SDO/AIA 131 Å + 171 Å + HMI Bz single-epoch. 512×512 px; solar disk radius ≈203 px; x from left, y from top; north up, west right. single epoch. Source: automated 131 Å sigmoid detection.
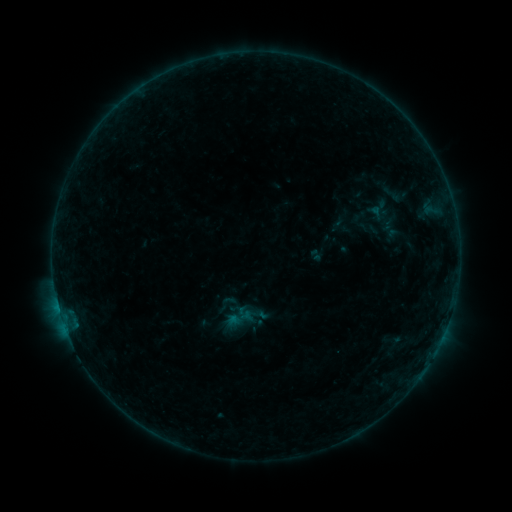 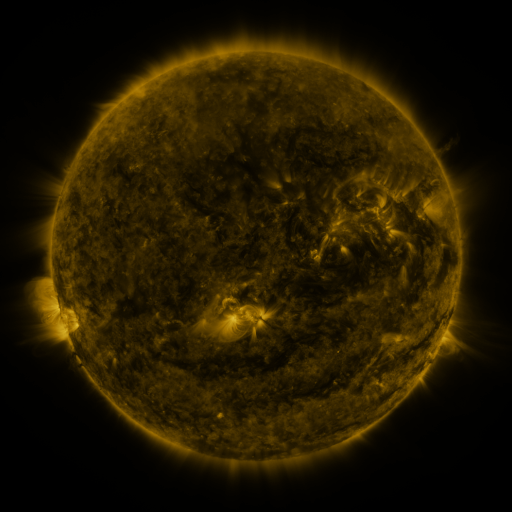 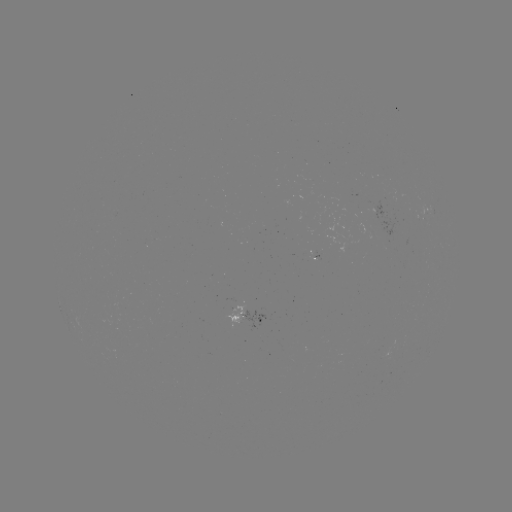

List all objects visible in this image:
sigmoid: (227, 304)
sigmoid: (243, 318)
